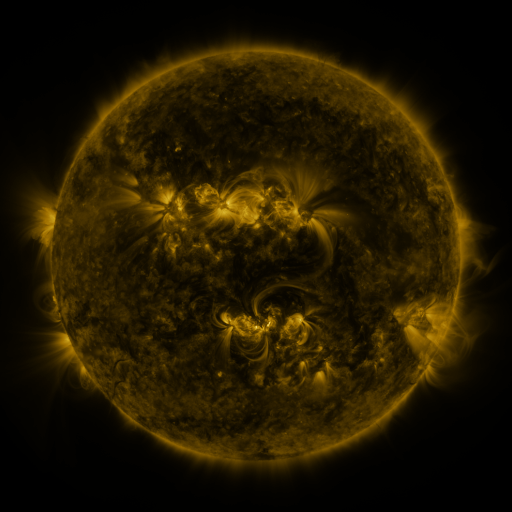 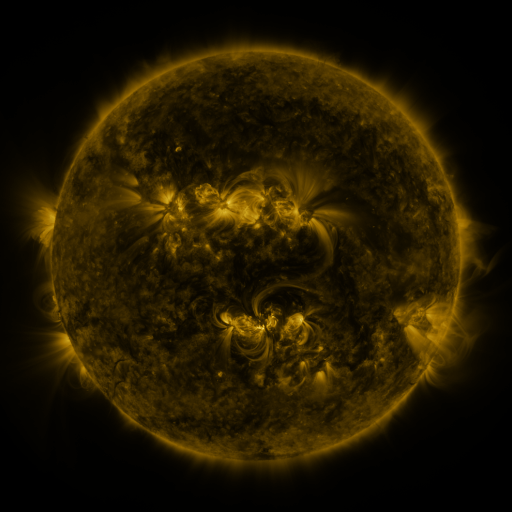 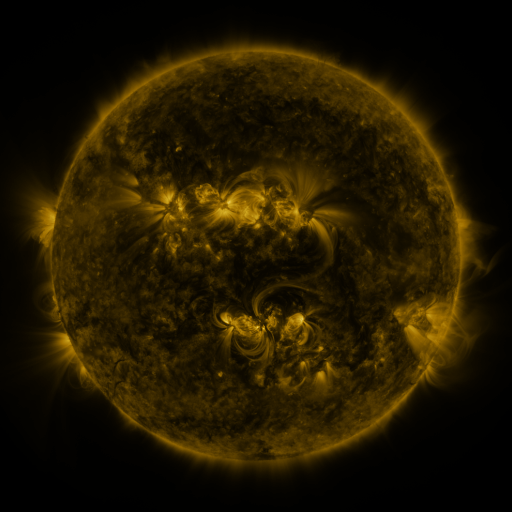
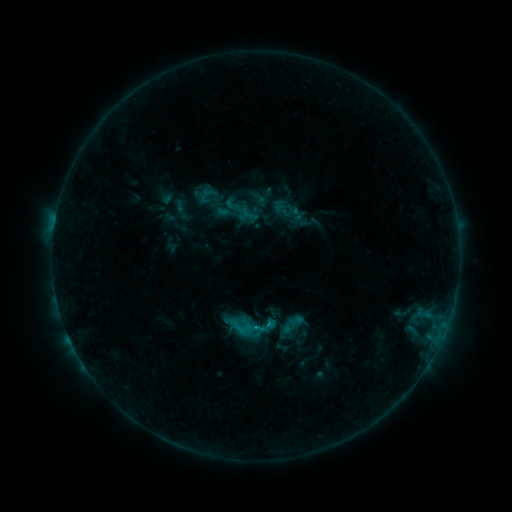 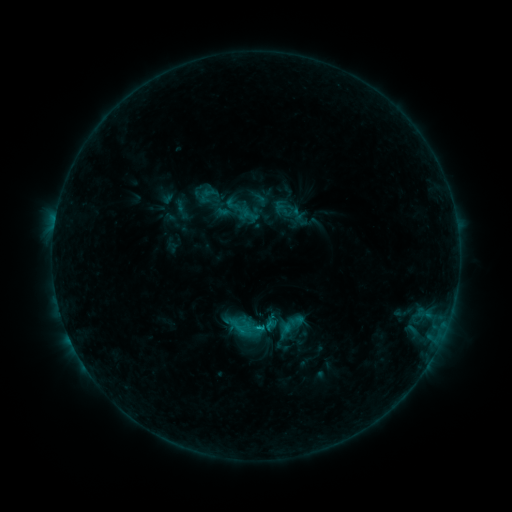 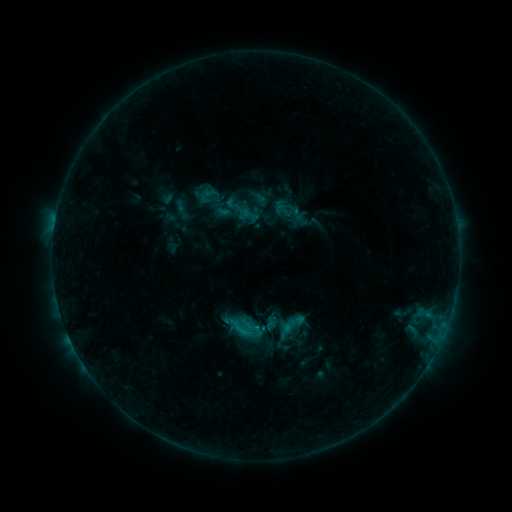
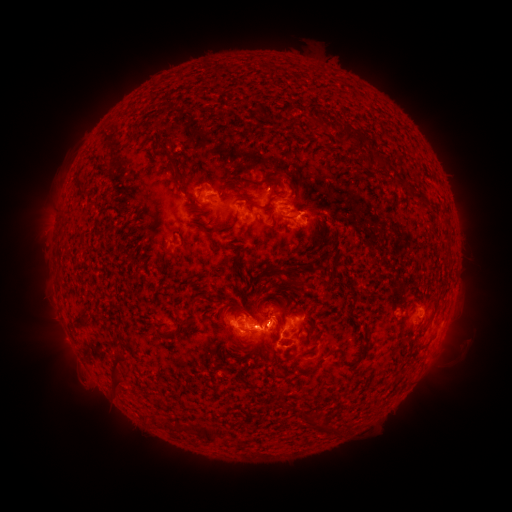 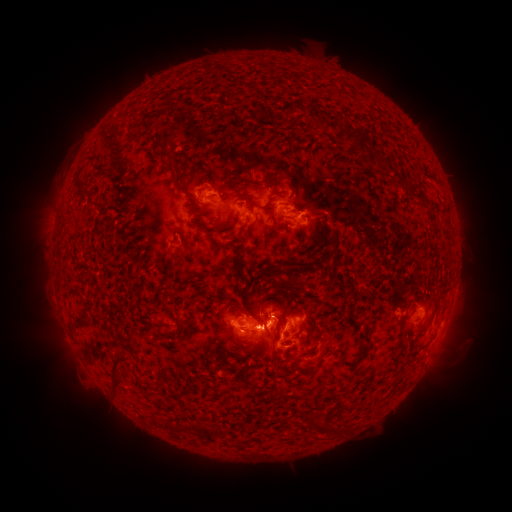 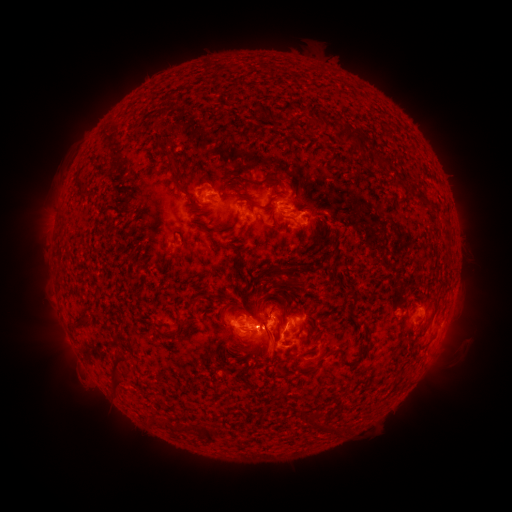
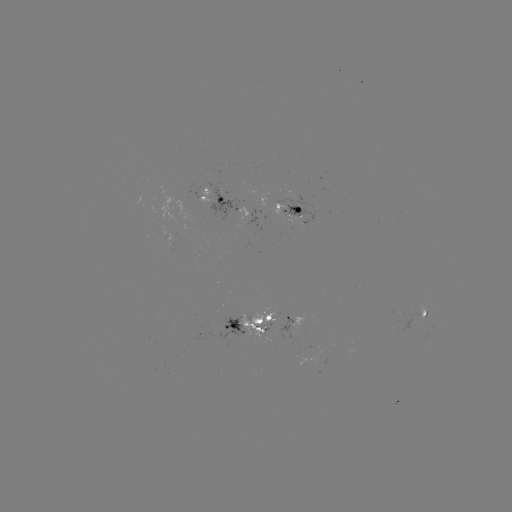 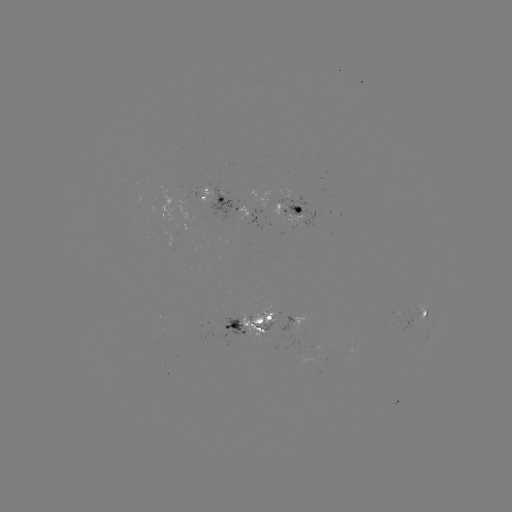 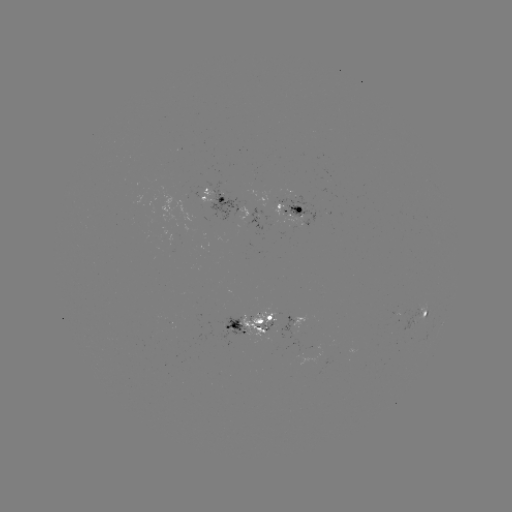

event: eruption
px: (265, 334)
